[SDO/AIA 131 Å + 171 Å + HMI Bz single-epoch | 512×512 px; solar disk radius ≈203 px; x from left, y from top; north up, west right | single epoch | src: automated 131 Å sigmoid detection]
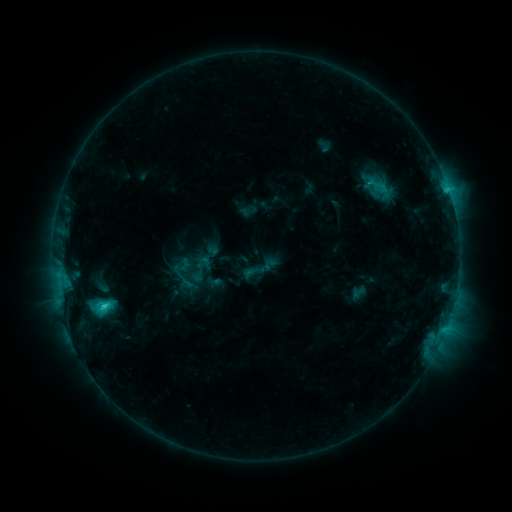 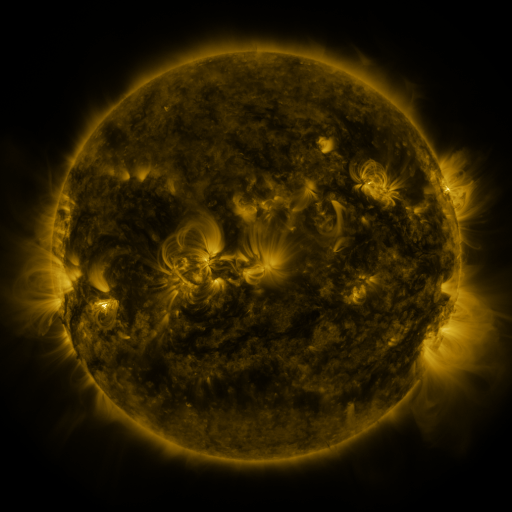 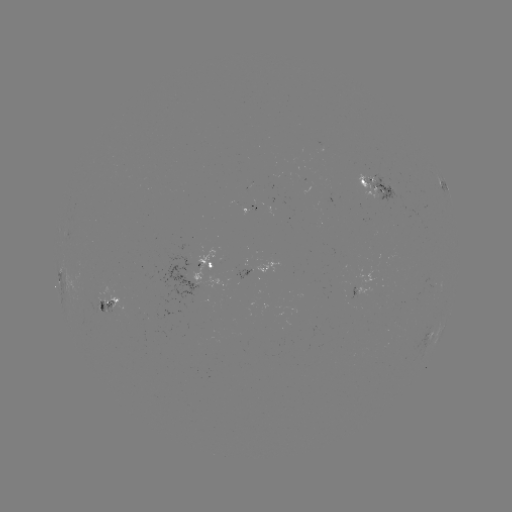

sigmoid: [366, 173, 394, 198]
